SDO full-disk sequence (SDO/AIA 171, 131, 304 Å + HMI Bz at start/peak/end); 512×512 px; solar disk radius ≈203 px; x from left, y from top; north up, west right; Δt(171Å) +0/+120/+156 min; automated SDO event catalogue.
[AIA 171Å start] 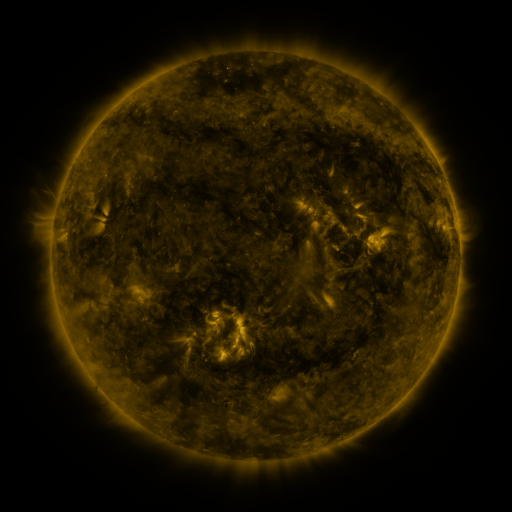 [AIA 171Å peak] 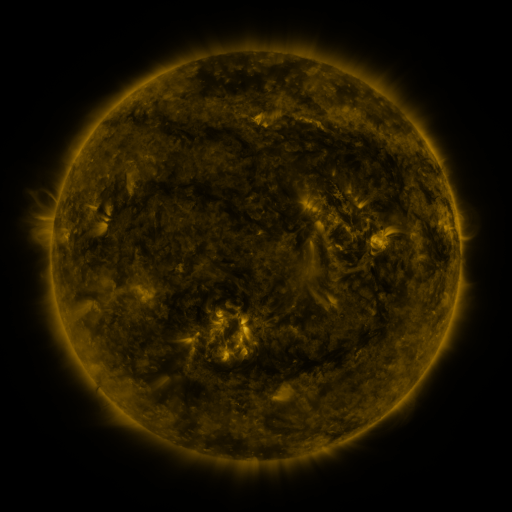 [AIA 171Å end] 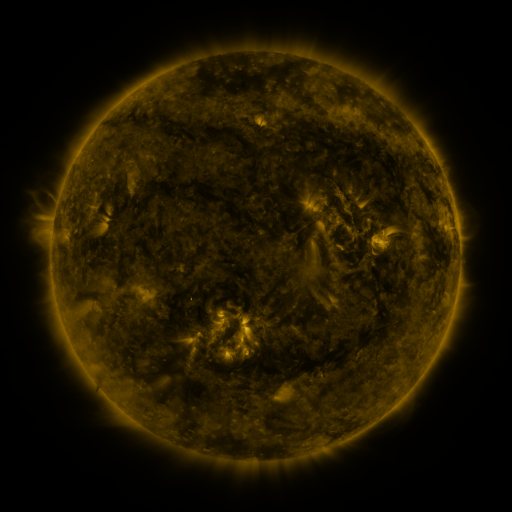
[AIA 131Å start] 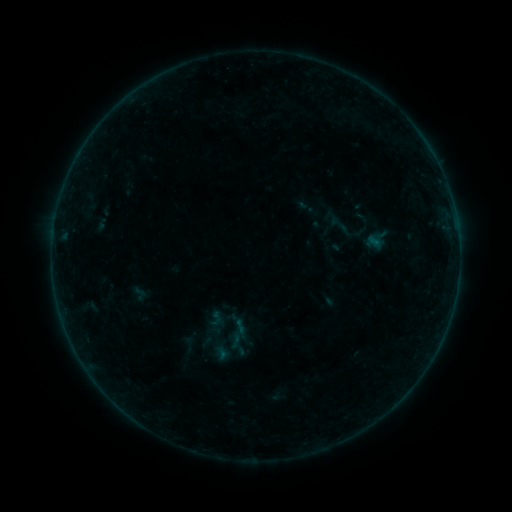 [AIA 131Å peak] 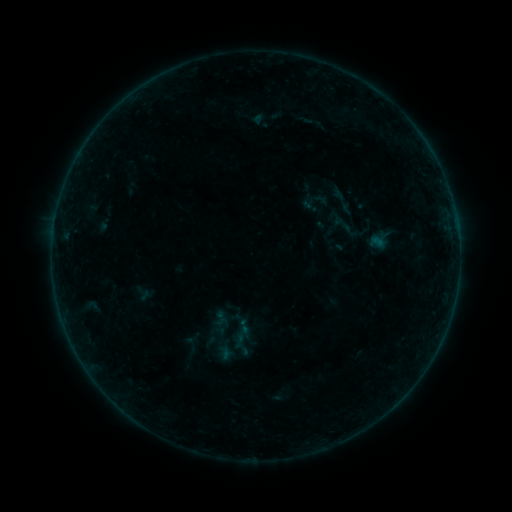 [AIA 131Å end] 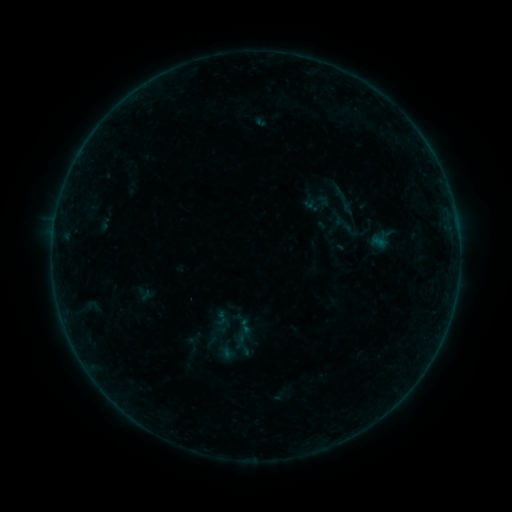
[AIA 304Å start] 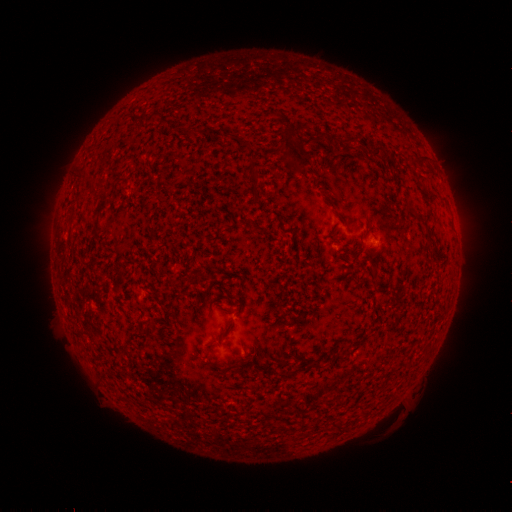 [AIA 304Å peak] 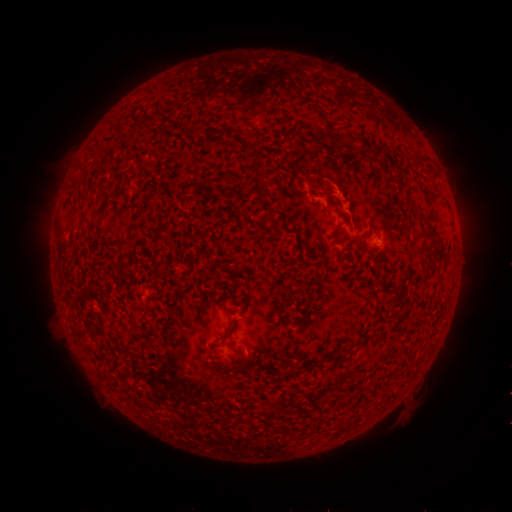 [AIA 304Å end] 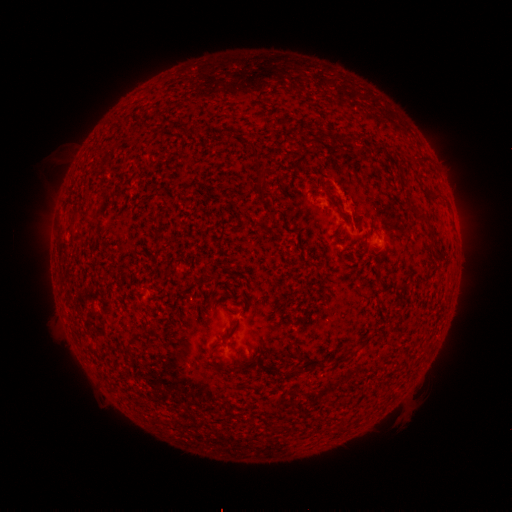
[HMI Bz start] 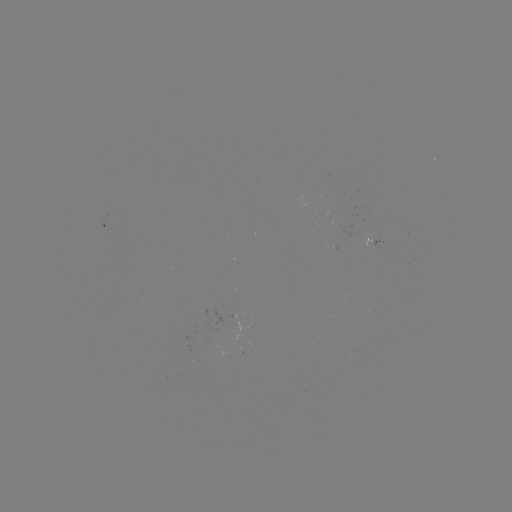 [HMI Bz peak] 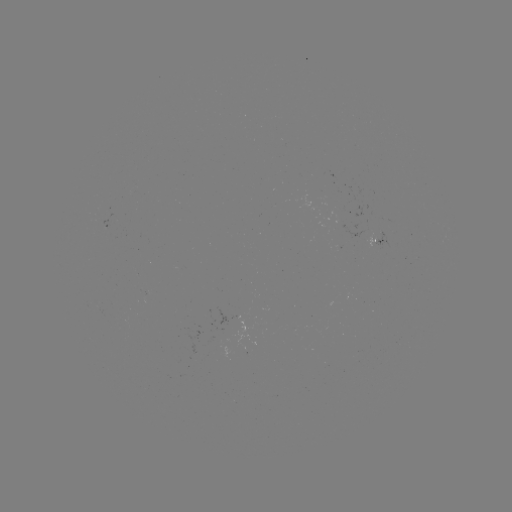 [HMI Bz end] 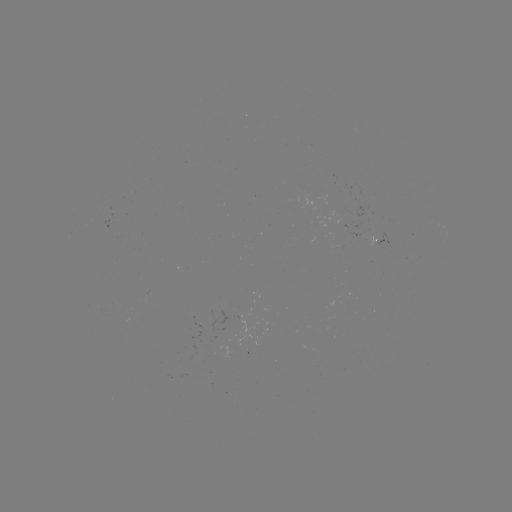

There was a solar emerging-flux region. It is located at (339, 221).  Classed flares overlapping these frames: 1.